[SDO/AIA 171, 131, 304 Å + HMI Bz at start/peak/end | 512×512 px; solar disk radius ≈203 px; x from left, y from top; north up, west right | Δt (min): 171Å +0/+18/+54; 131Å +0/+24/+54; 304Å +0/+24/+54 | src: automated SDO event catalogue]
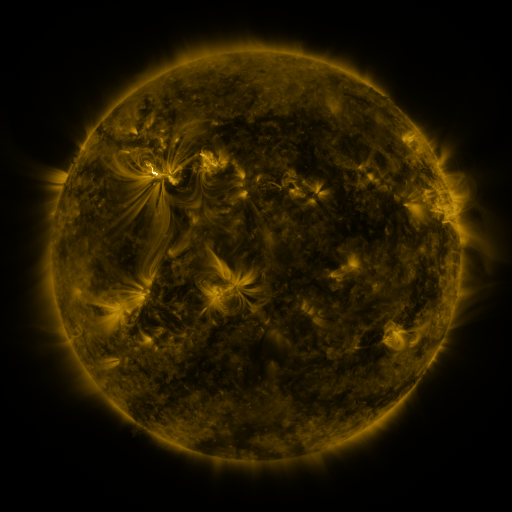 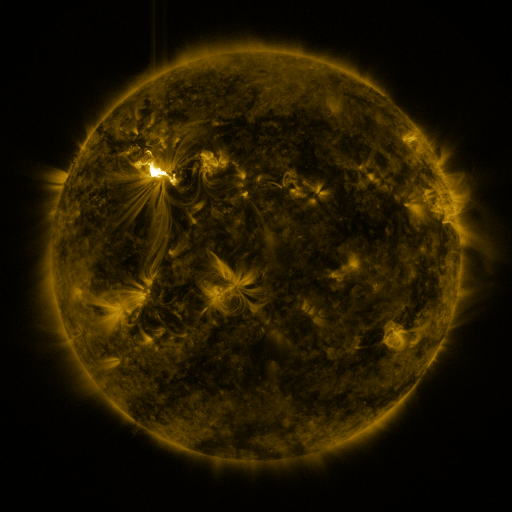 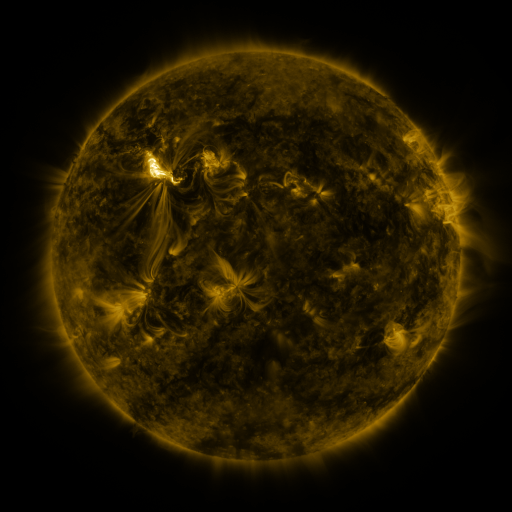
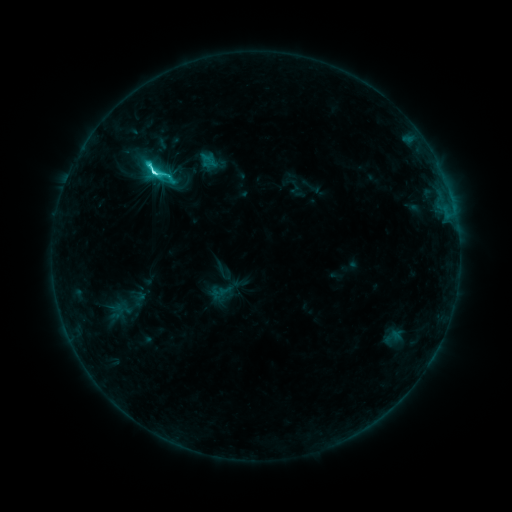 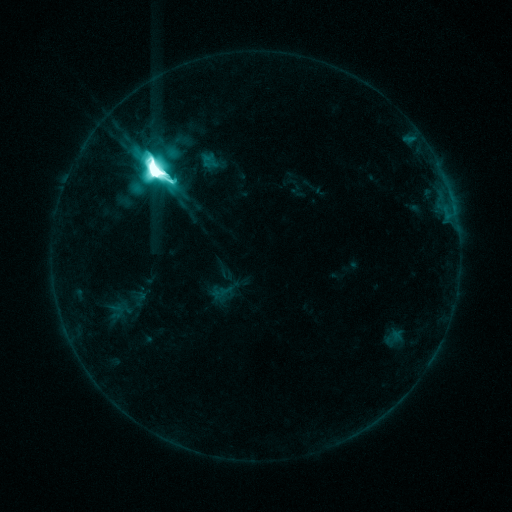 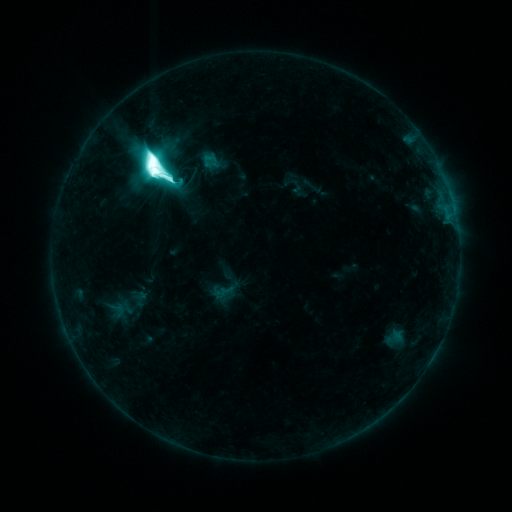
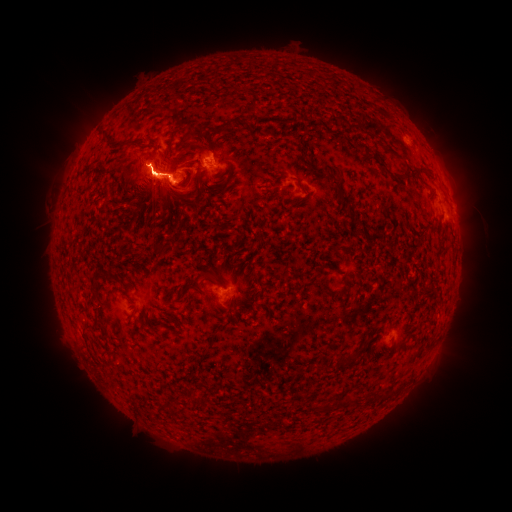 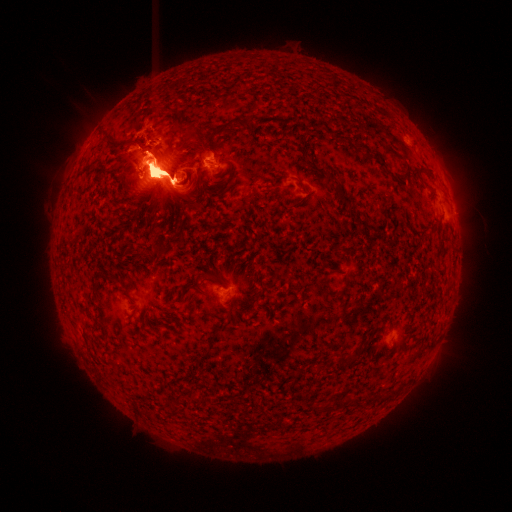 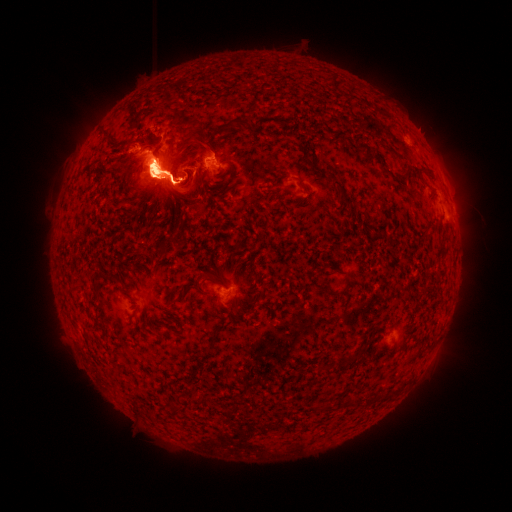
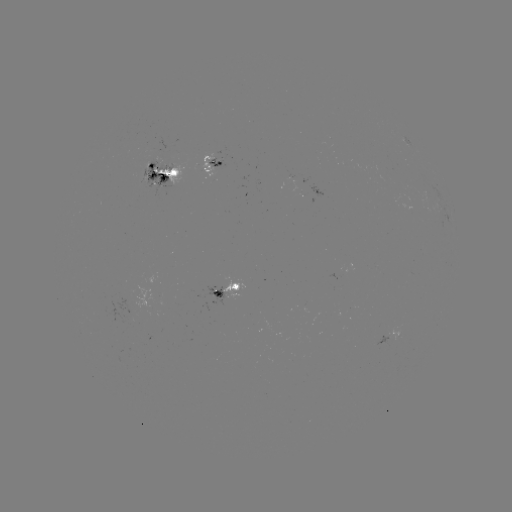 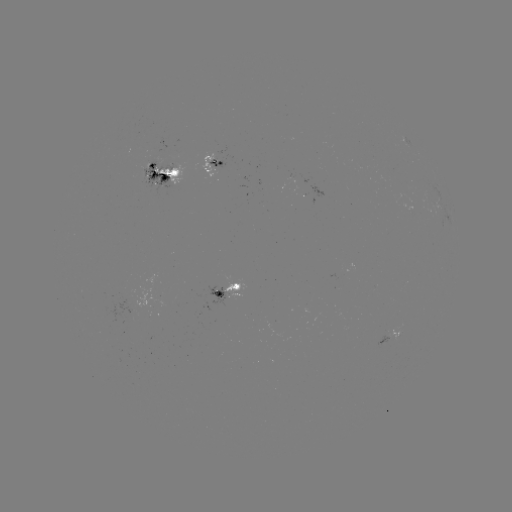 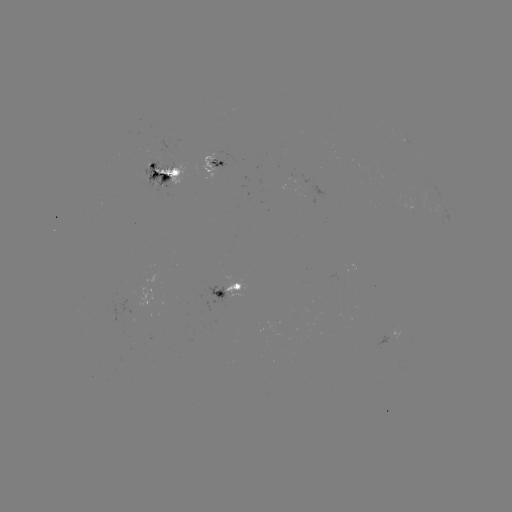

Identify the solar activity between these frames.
eruption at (452, 183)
